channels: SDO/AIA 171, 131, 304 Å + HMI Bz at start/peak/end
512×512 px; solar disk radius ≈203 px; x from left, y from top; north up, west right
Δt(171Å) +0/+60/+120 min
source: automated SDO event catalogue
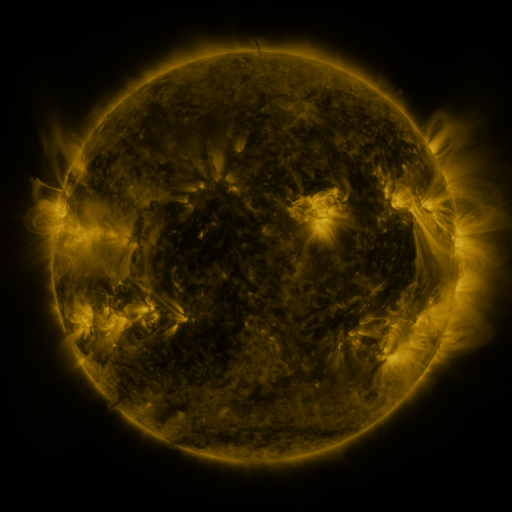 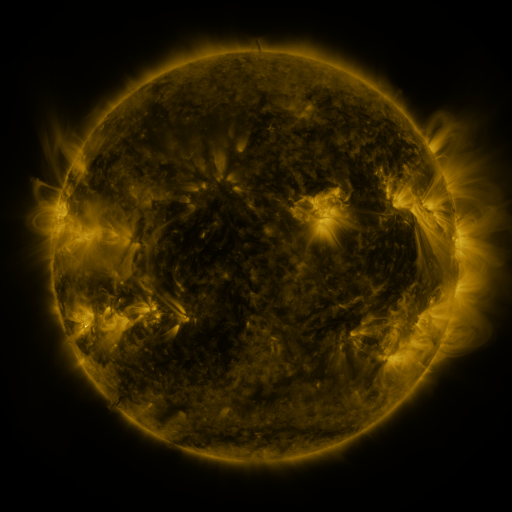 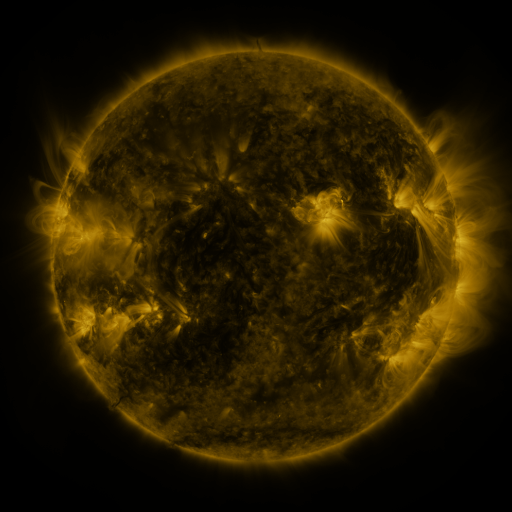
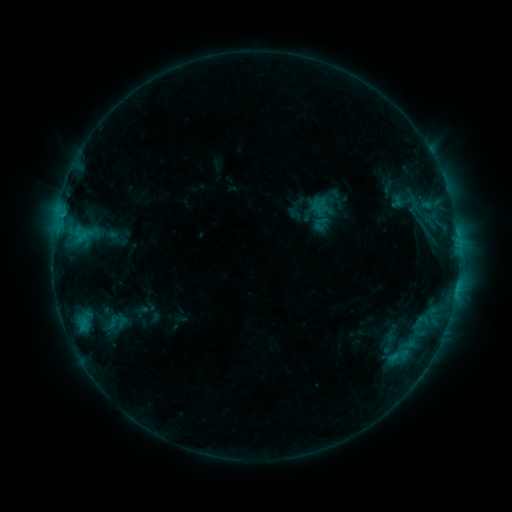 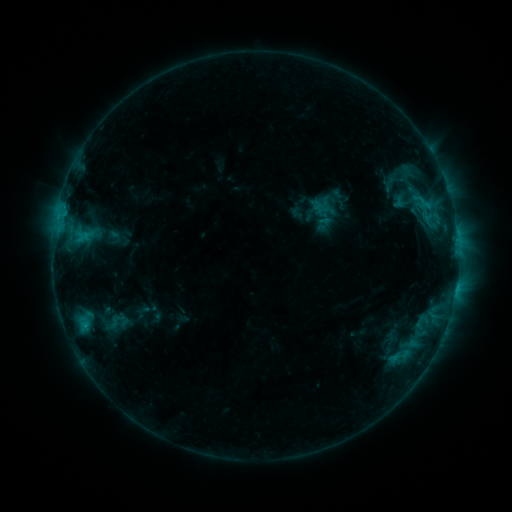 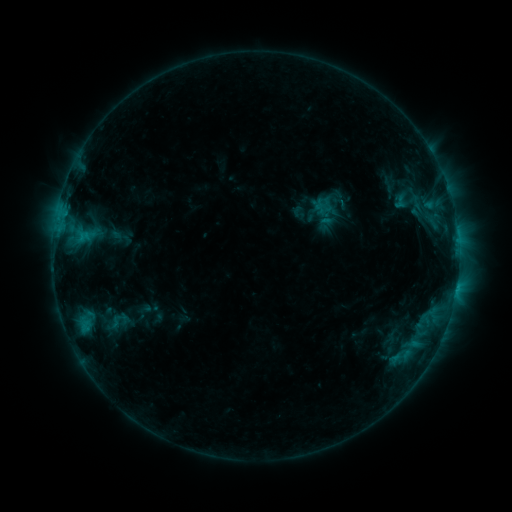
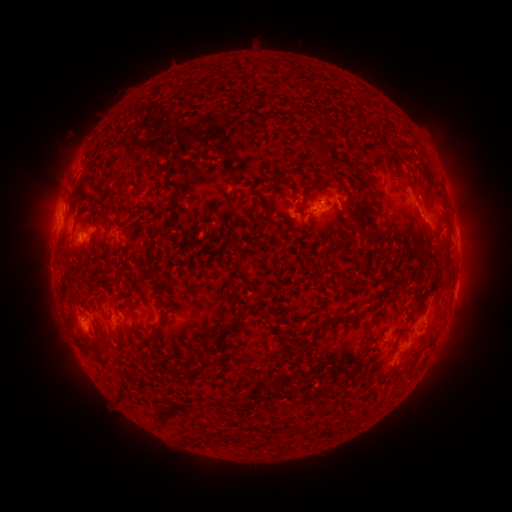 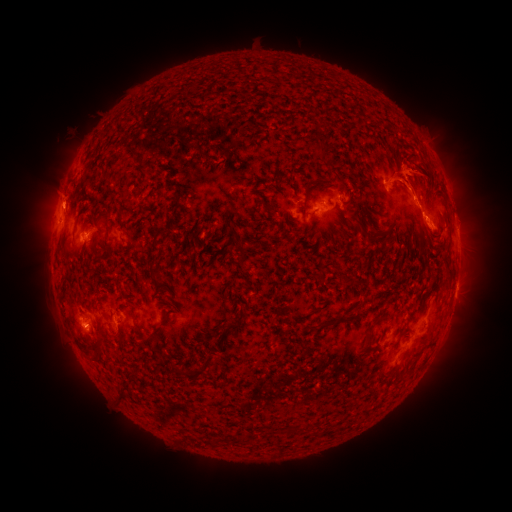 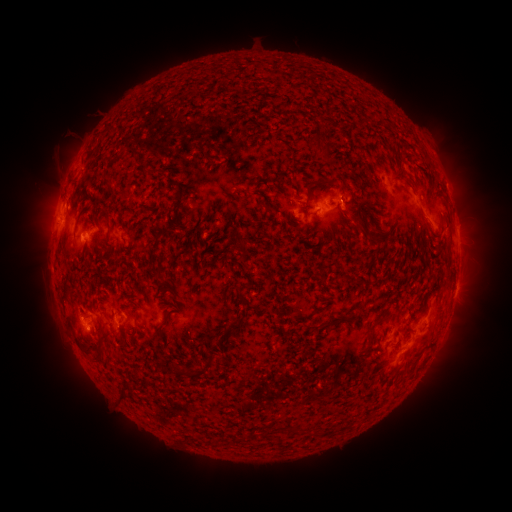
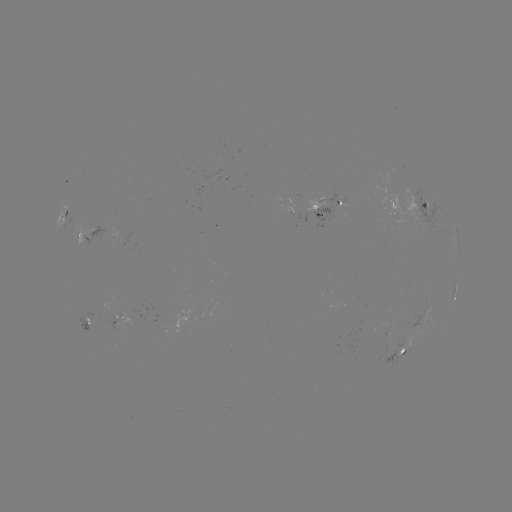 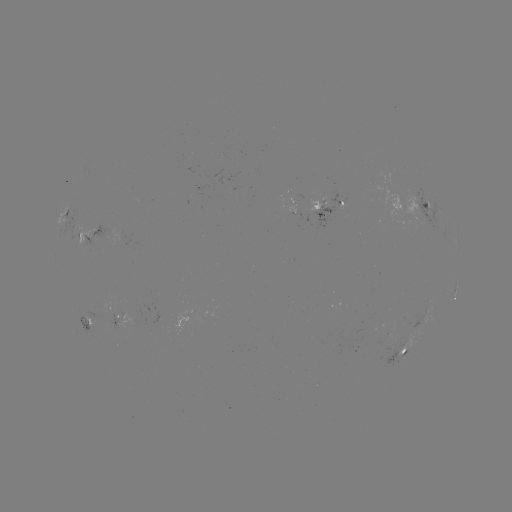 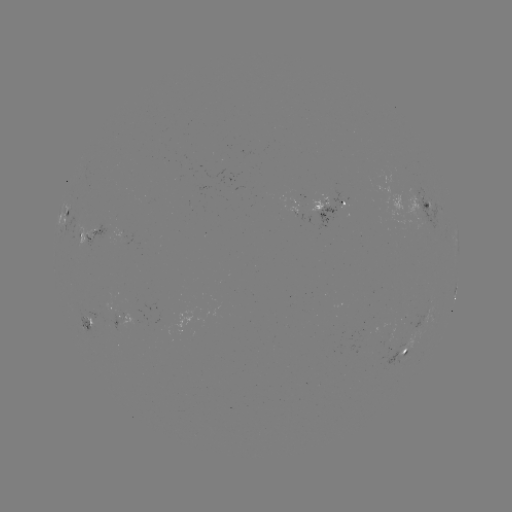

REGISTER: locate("filament eruption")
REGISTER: [410, 175]